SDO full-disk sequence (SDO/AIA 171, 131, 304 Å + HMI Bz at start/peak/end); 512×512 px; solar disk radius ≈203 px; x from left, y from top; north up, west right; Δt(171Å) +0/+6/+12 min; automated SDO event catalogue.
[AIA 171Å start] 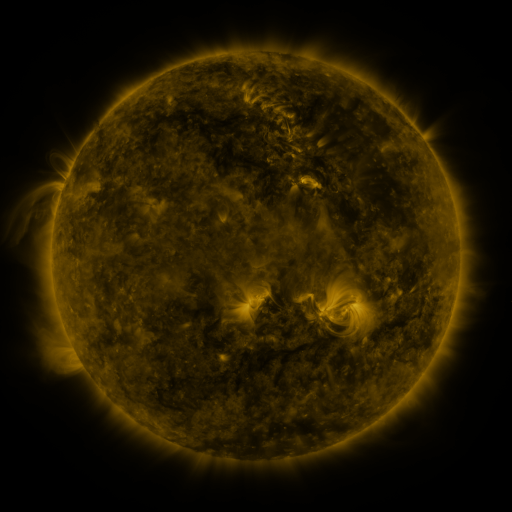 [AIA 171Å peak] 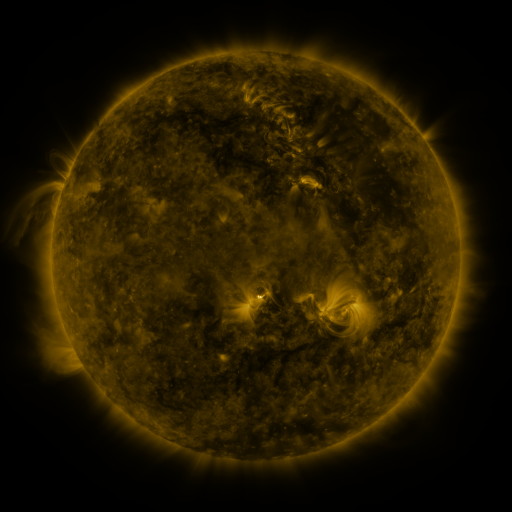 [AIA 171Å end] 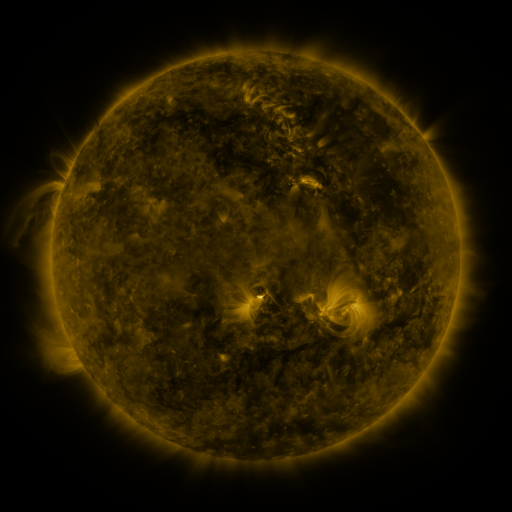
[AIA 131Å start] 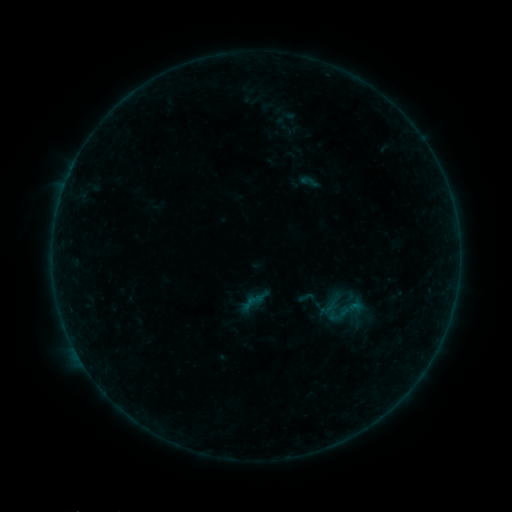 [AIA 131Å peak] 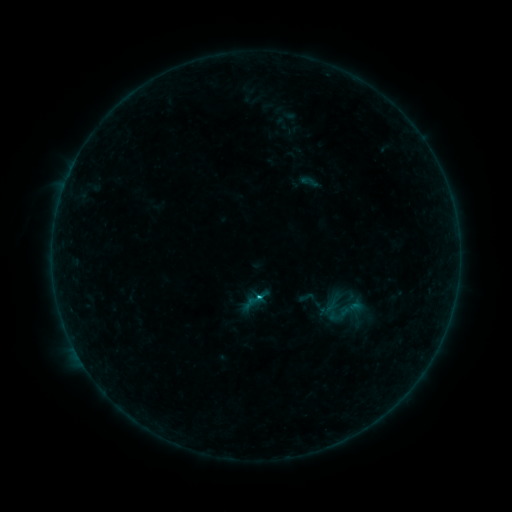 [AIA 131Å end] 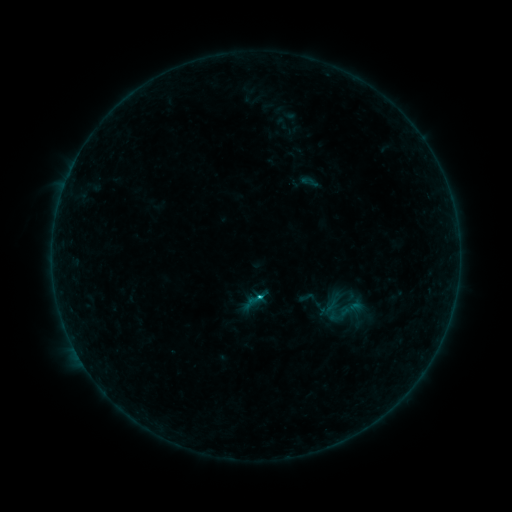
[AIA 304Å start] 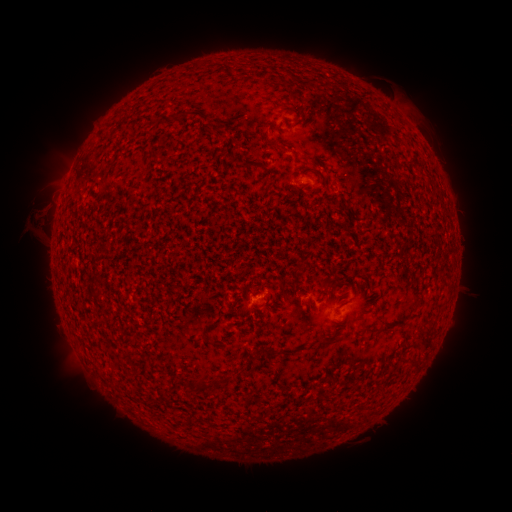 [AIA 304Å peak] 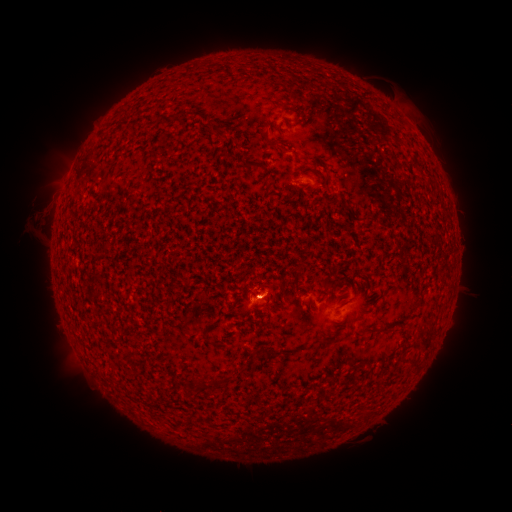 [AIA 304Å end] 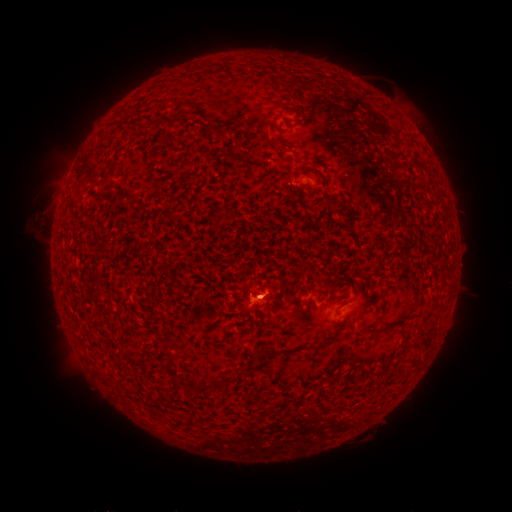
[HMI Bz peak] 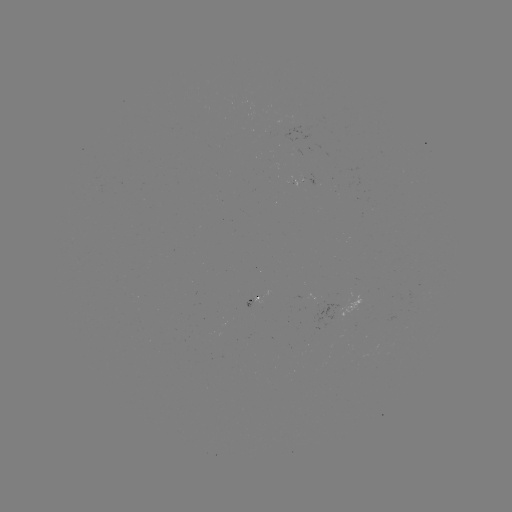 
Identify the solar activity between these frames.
B6.9 flare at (259, 294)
